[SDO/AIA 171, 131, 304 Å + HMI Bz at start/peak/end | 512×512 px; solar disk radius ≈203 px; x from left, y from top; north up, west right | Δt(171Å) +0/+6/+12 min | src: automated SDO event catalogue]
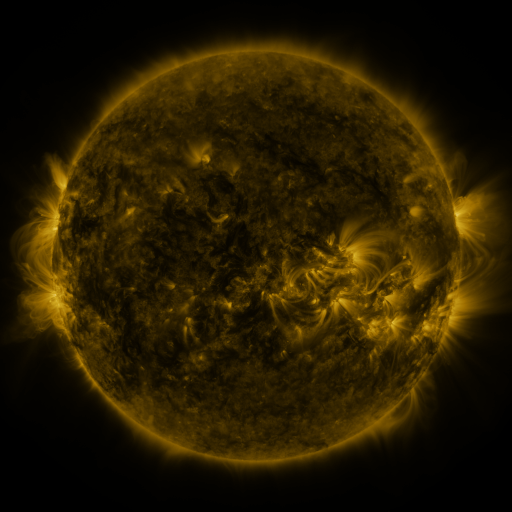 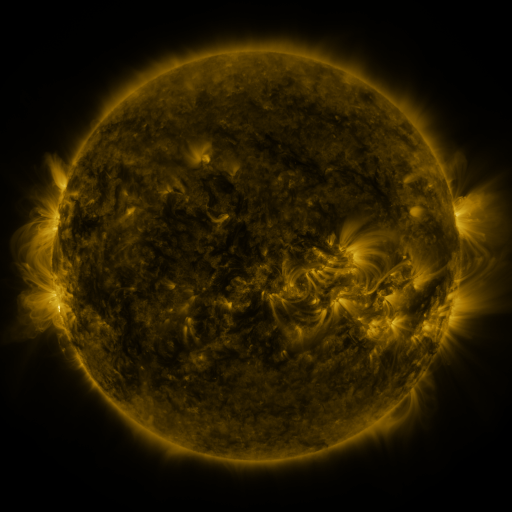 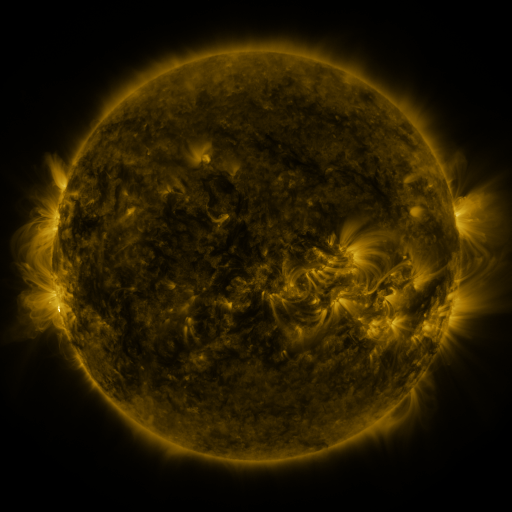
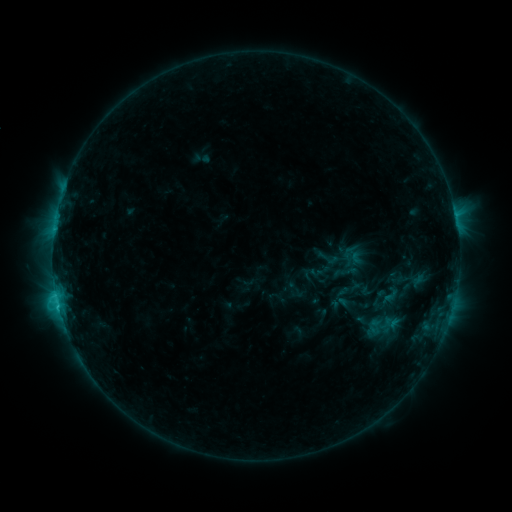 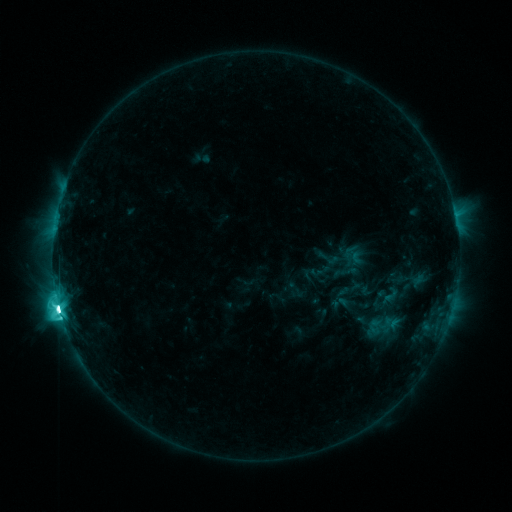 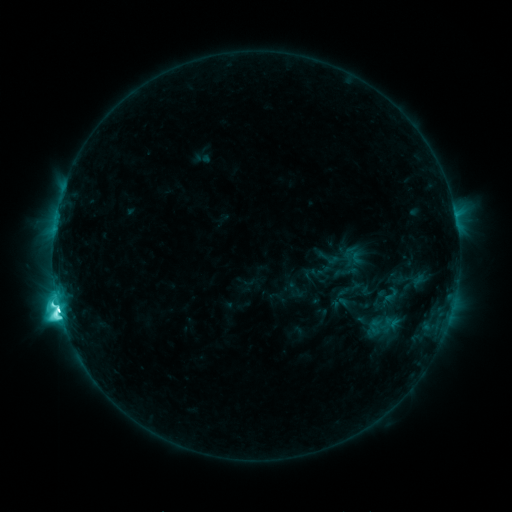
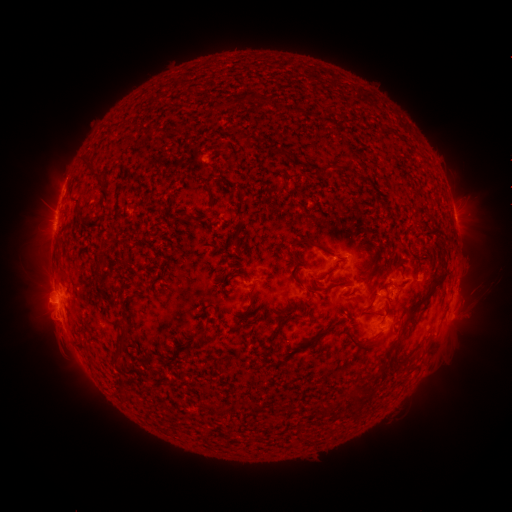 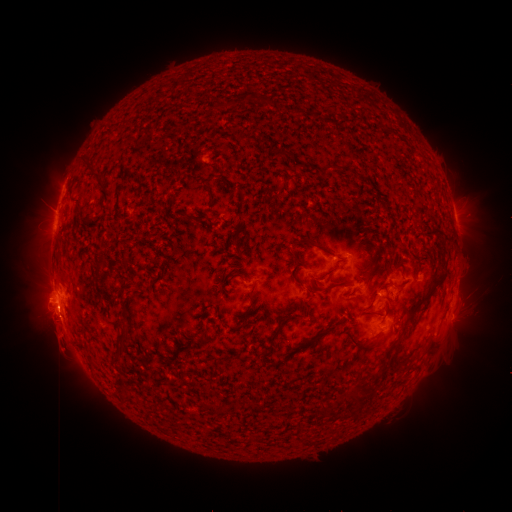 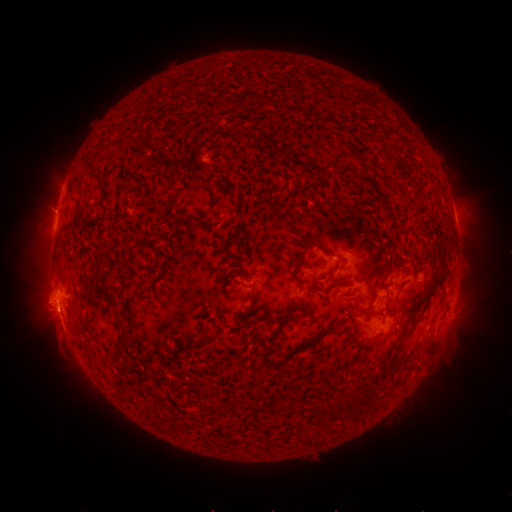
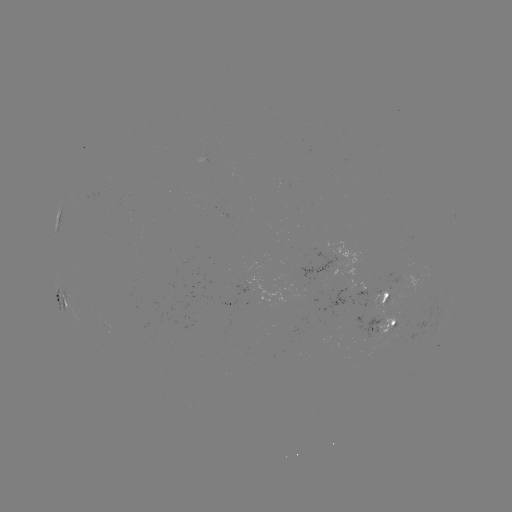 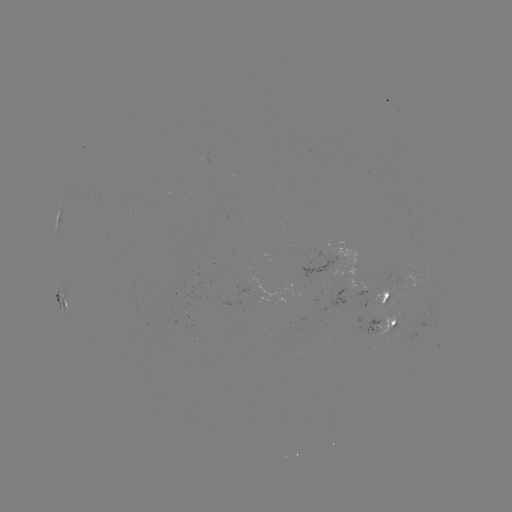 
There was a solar flare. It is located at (58, 304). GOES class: M4.9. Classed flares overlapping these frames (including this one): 1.